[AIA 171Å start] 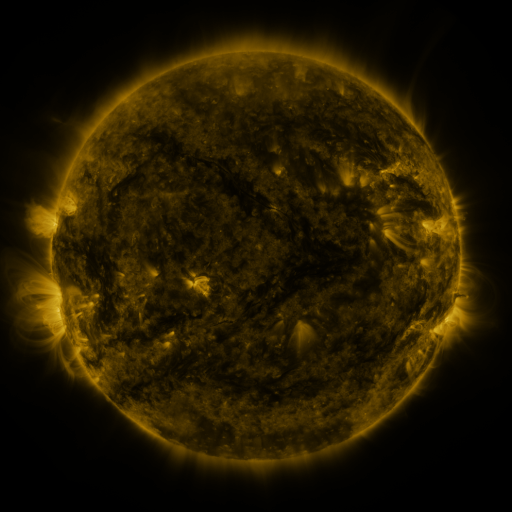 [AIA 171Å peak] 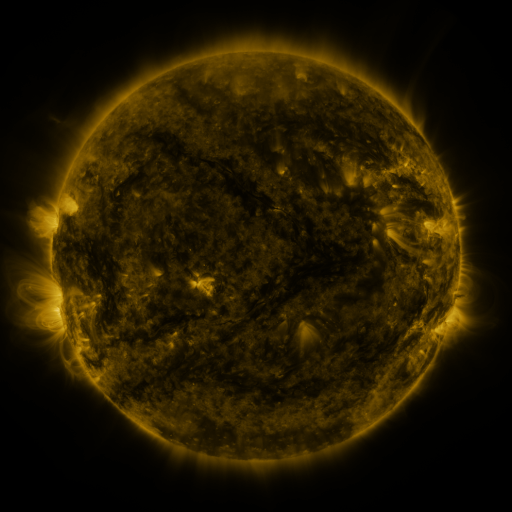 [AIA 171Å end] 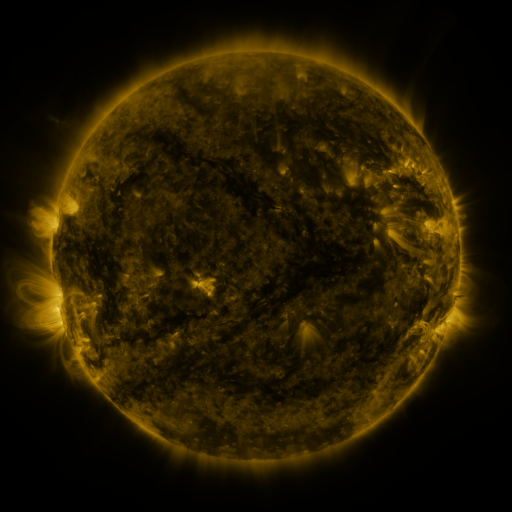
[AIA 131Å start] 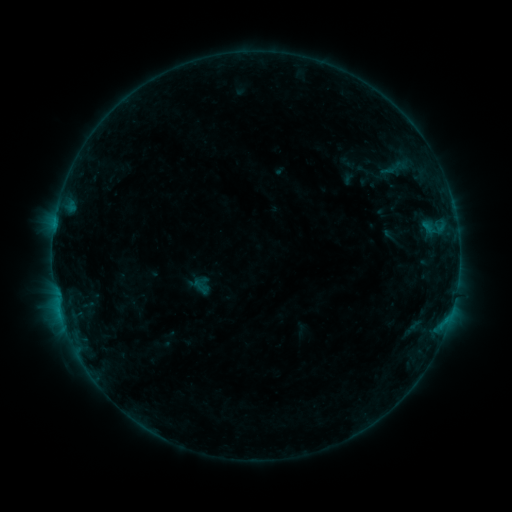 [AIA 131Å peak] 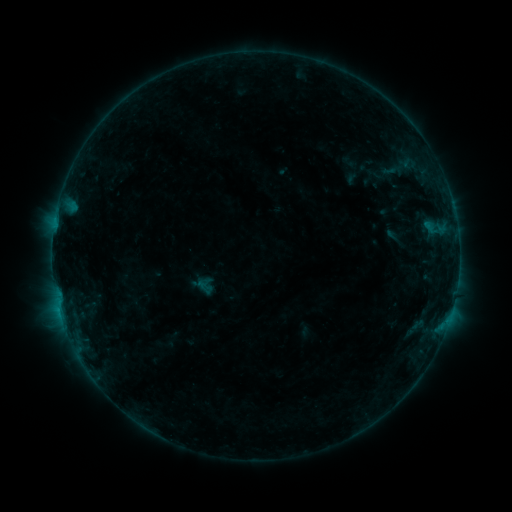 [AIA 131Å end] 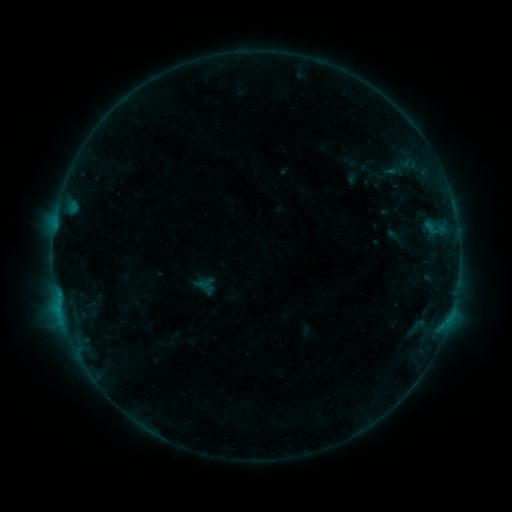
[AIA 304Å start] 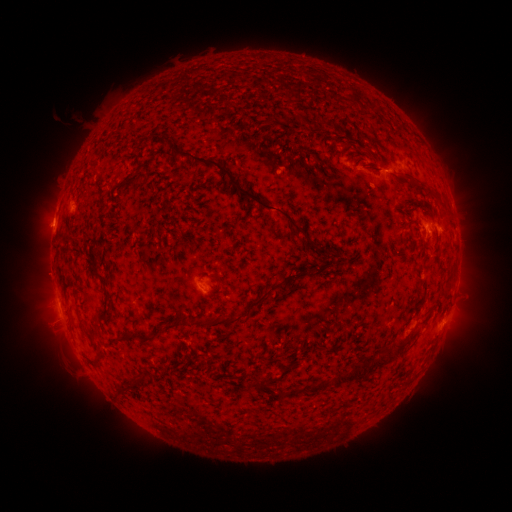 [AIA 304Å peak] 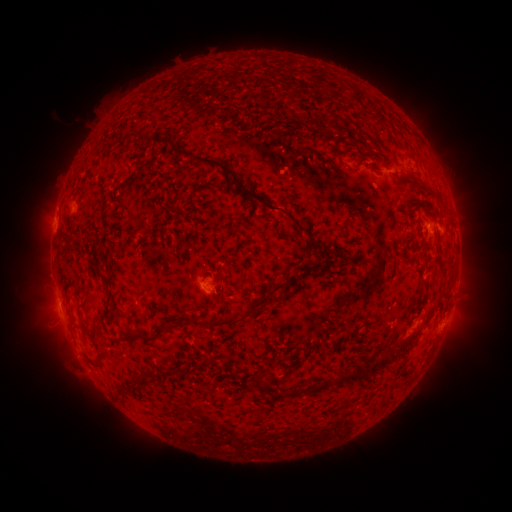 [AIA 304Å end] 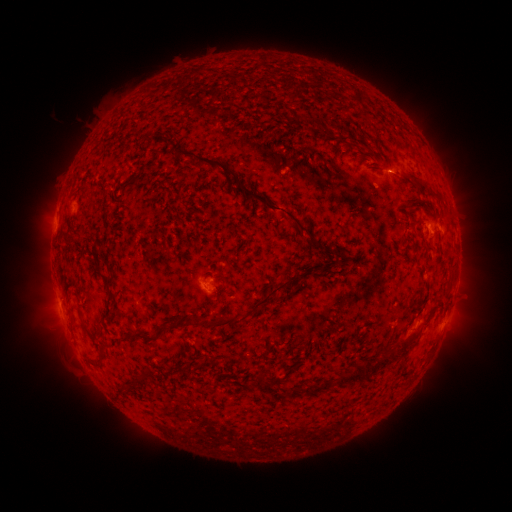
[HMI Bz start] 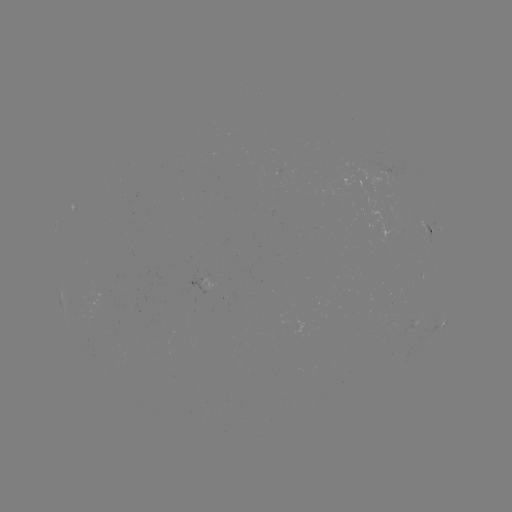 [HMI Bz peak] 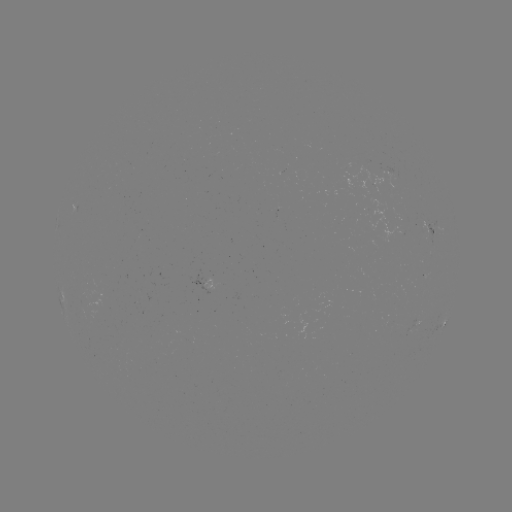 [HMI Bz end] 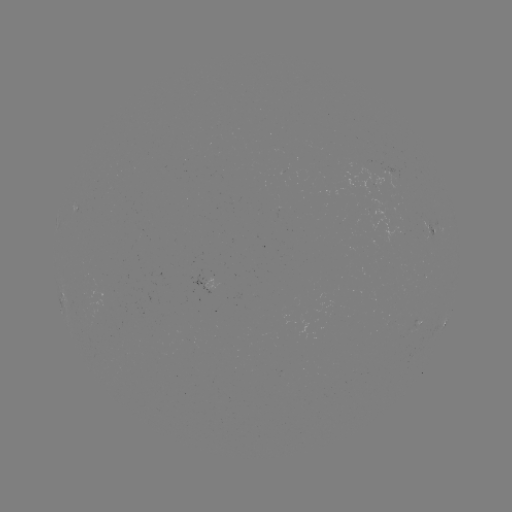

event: emerging-flux region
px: (277, 217)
